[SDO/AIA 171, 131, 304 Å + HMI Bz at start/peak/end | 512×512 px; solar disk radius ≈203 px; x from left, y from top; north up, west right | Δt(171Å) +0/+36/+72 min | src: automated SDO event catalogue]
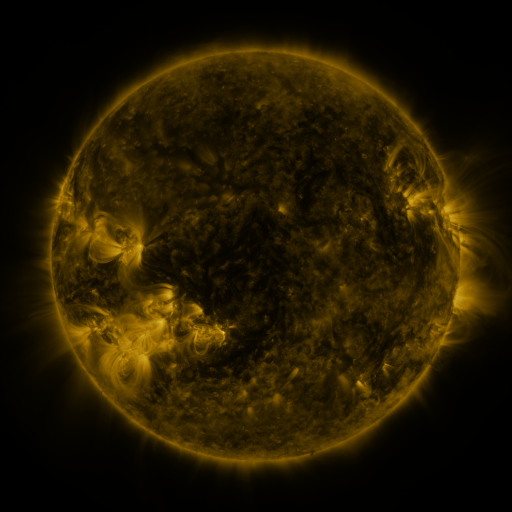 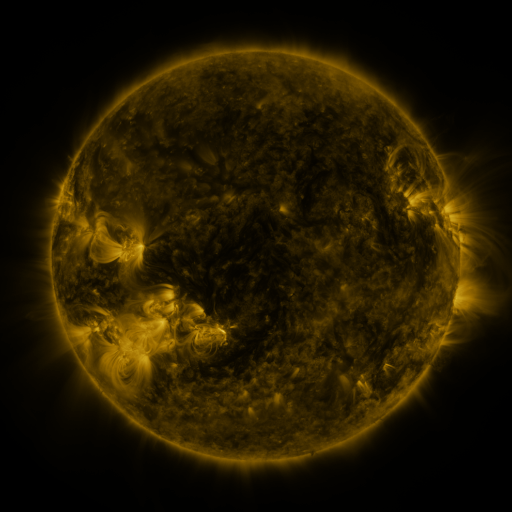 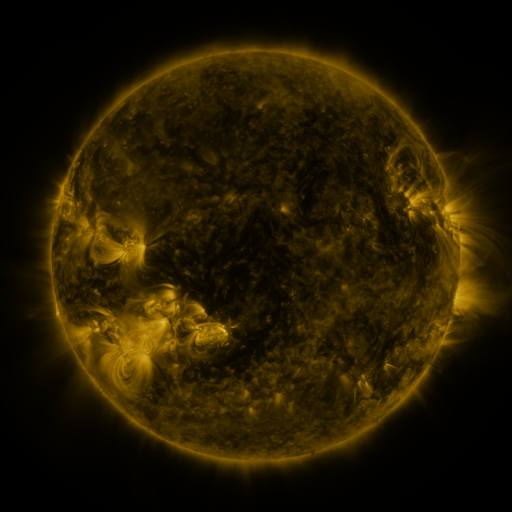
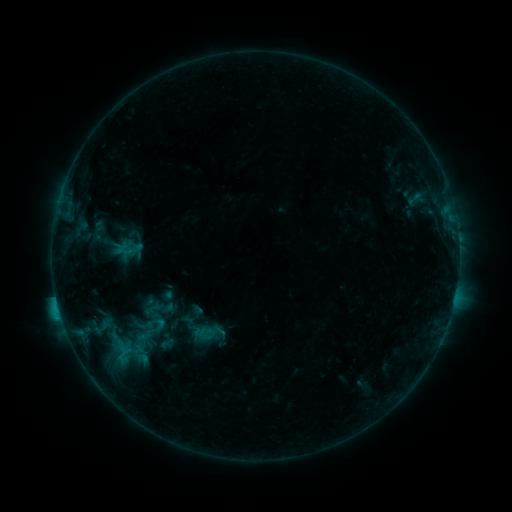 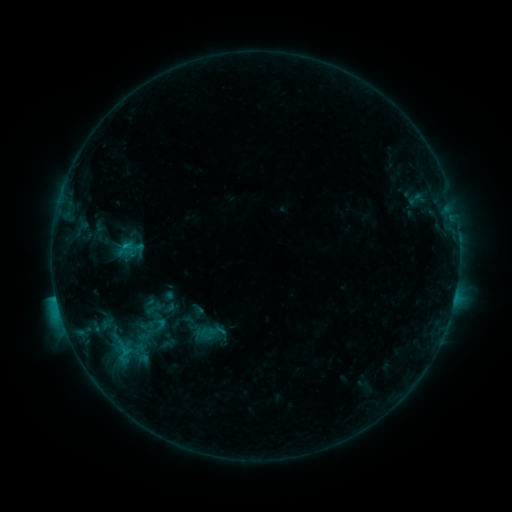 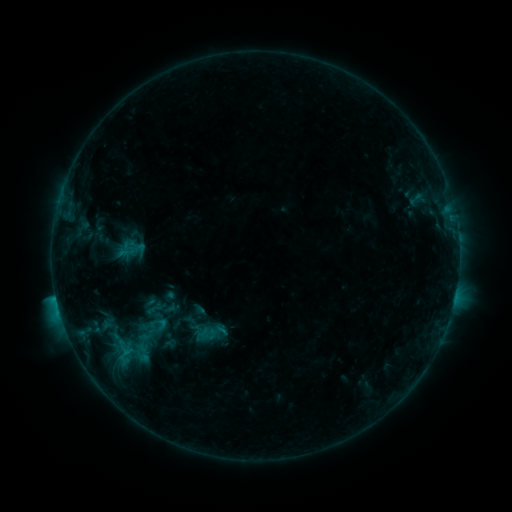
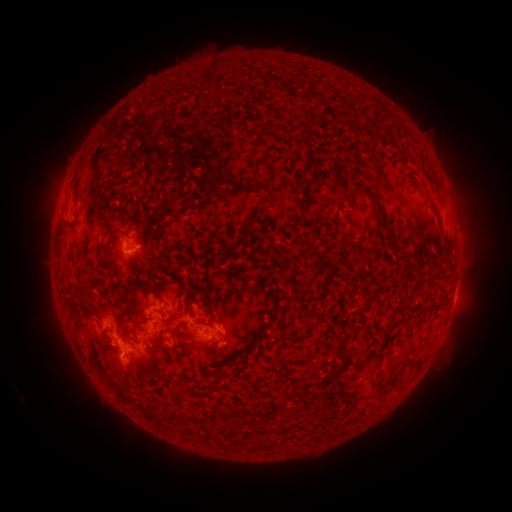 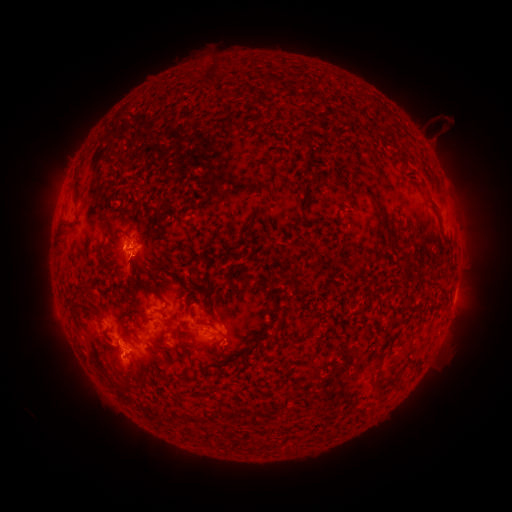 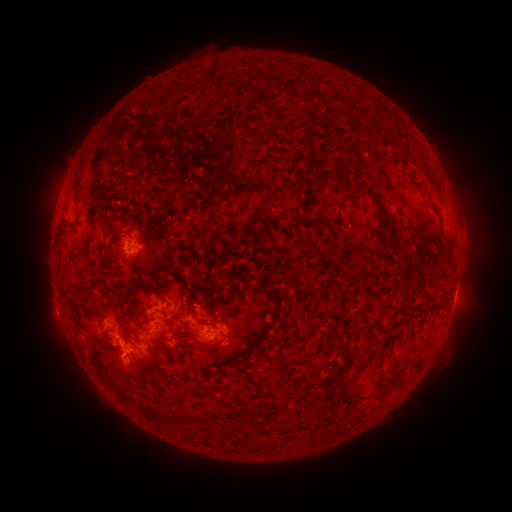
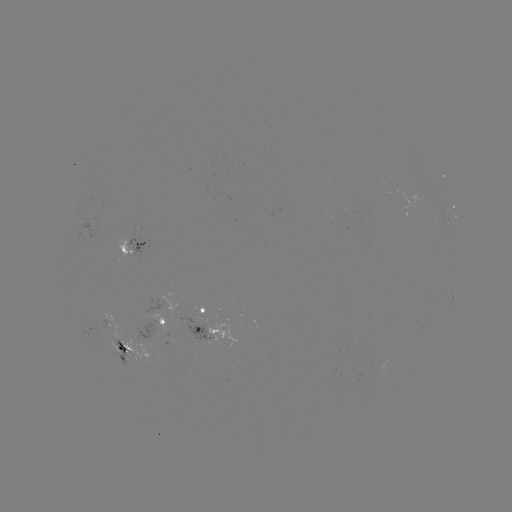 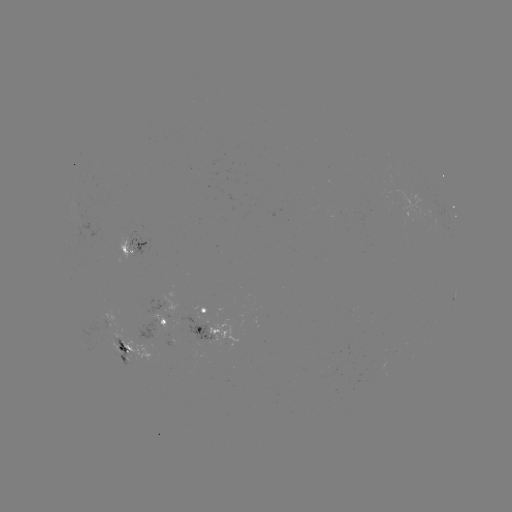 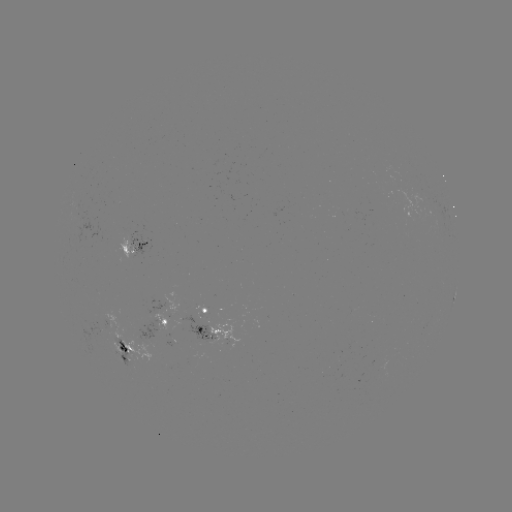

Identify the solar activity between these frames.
filament eruption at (439, 125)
